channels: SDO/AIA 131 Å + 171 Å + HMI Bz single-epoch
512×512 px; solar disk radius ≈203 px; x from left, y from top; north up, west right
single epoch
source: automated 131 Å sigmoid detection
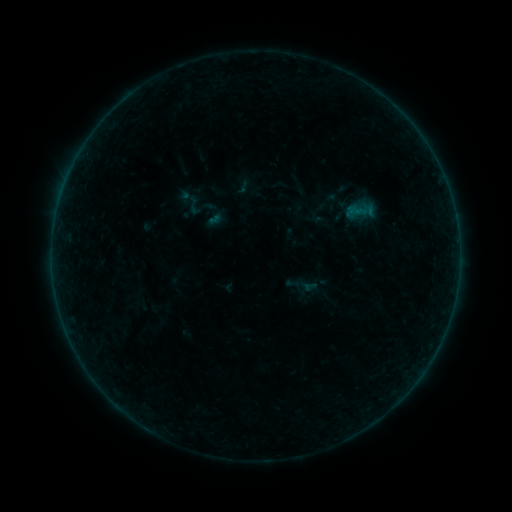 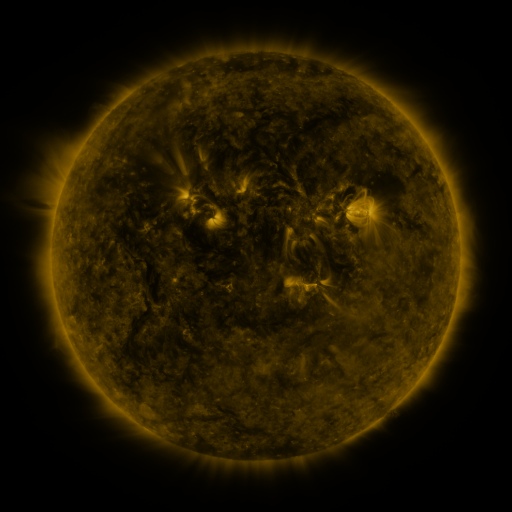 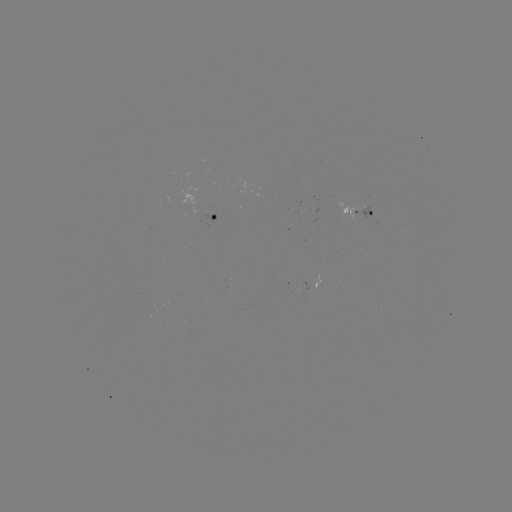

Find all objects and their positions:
sigmoid: (194, 205)
sigmoid: (215, 220)
